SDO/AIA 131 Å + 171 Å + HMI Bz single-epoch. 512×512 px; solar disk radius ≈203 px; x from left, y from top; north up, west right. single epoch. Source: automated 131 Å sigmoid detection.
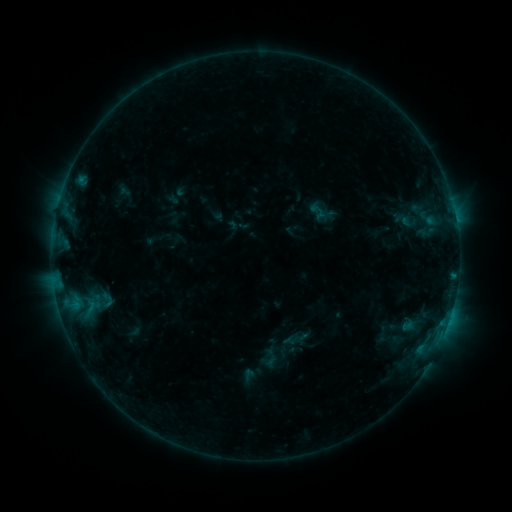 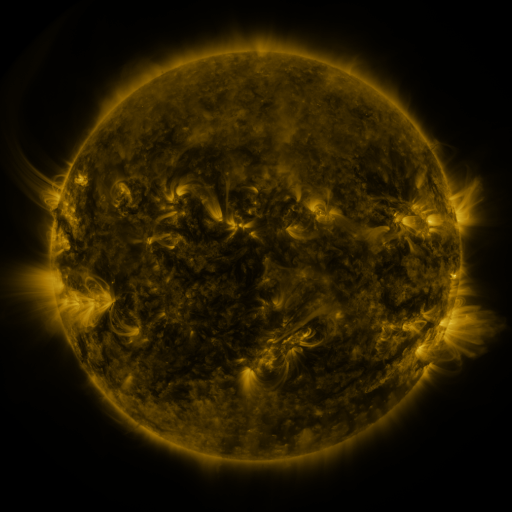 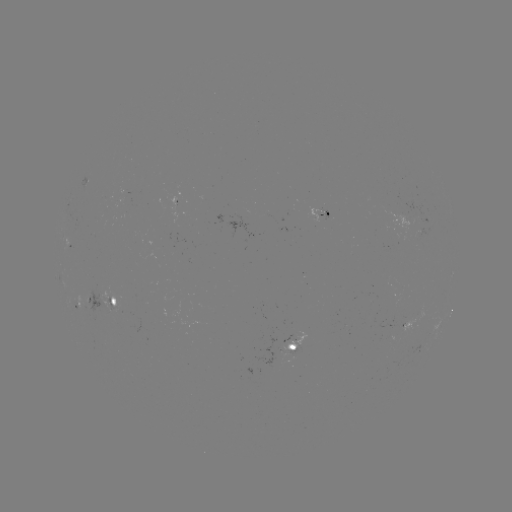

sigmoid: <bbox>98, 290, 117, 310</bbox>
